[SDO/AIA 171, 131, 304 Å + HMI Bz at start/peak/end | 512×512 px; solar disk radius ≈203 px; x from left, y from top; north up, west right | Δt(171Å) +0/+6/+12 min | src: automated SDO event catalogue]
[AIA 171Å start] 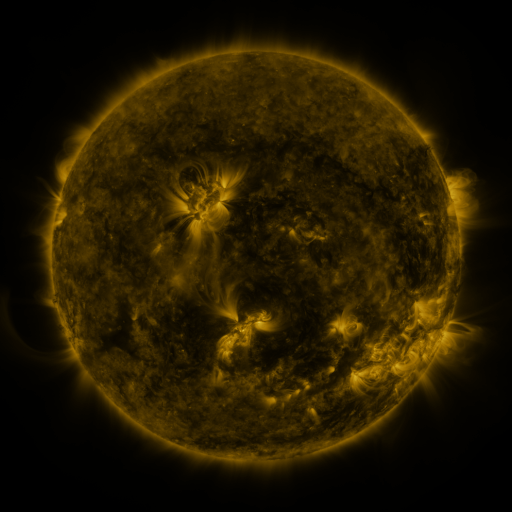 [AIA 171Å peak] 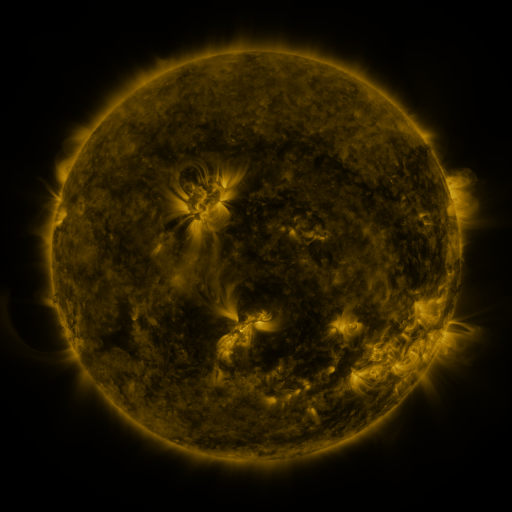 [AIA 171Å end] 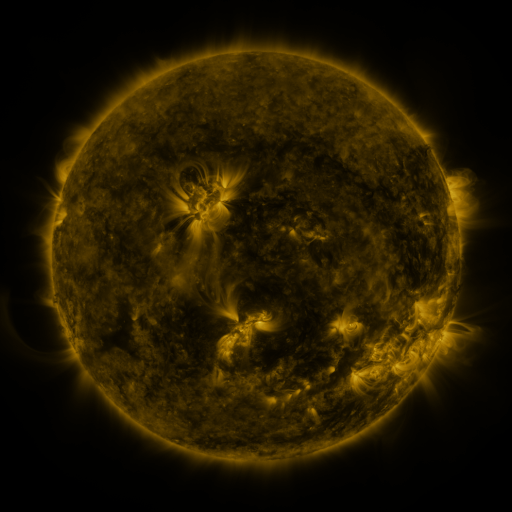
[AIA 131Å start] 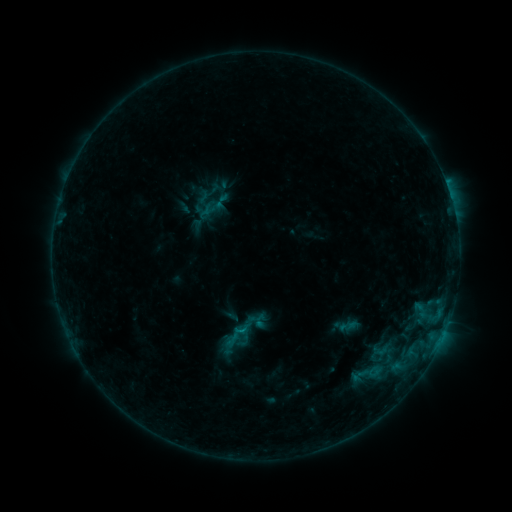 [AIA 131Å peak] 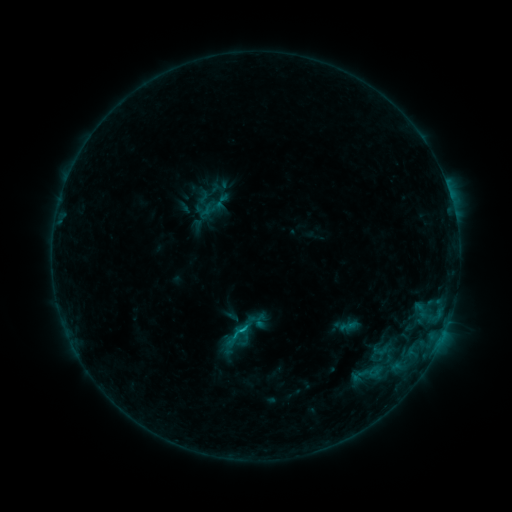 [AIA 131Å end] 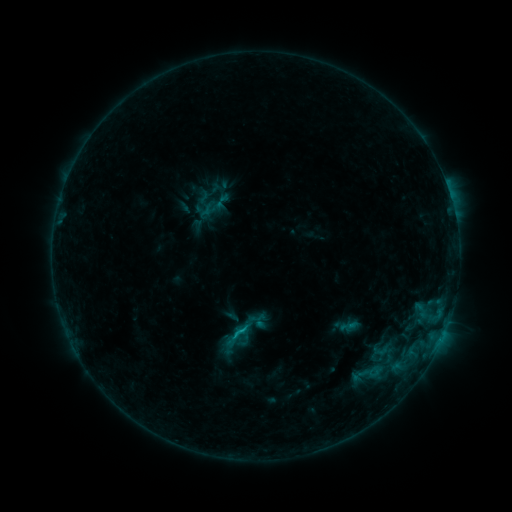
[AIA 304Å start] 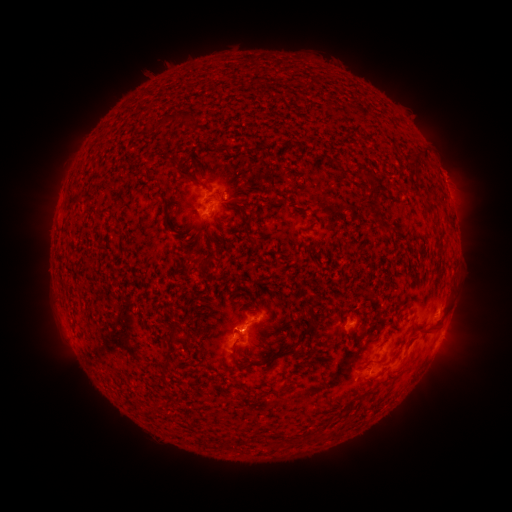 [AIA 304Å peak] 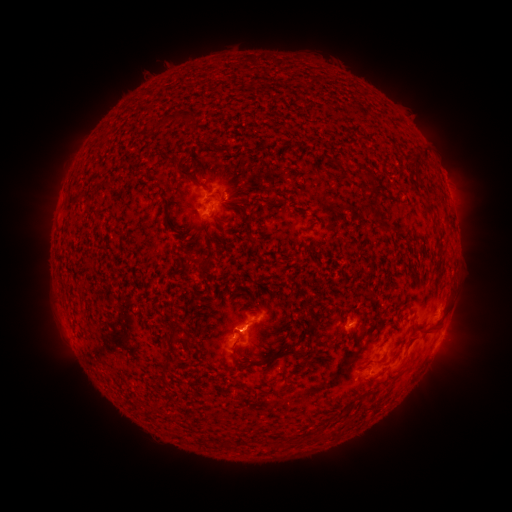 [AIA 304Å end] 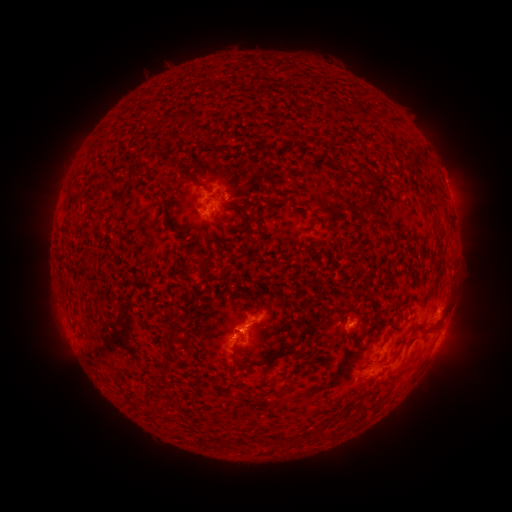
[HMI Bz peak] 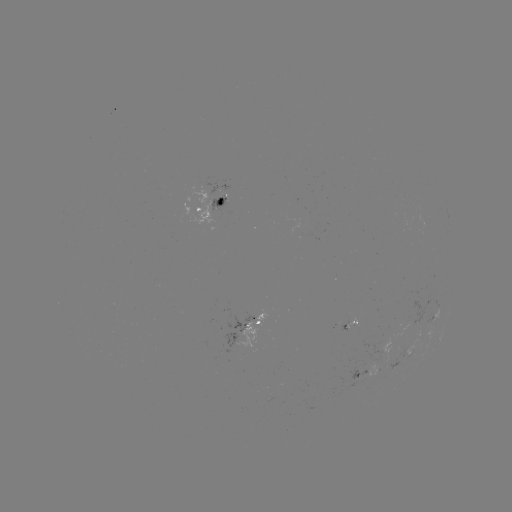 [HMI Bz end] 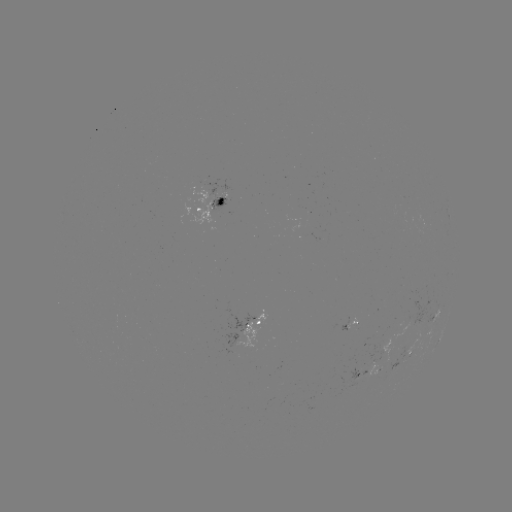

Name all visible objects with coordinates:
B7.9 flare: (245, 327)
